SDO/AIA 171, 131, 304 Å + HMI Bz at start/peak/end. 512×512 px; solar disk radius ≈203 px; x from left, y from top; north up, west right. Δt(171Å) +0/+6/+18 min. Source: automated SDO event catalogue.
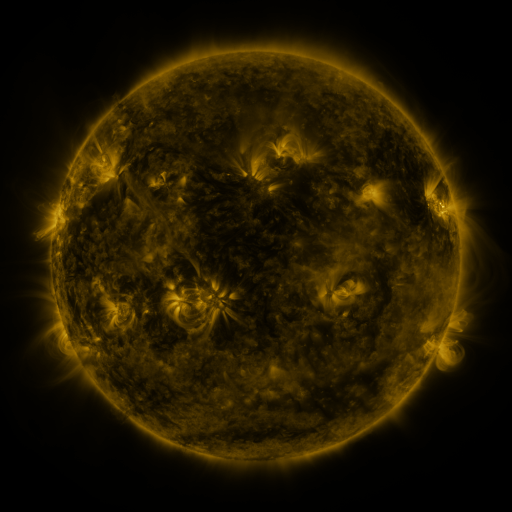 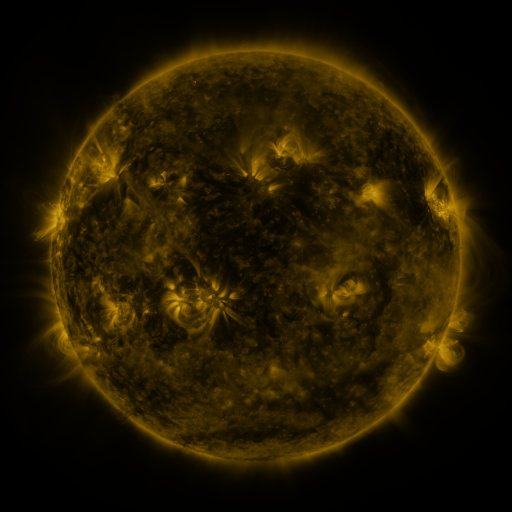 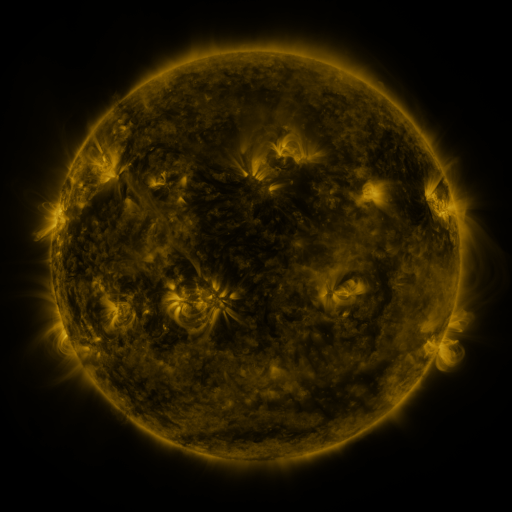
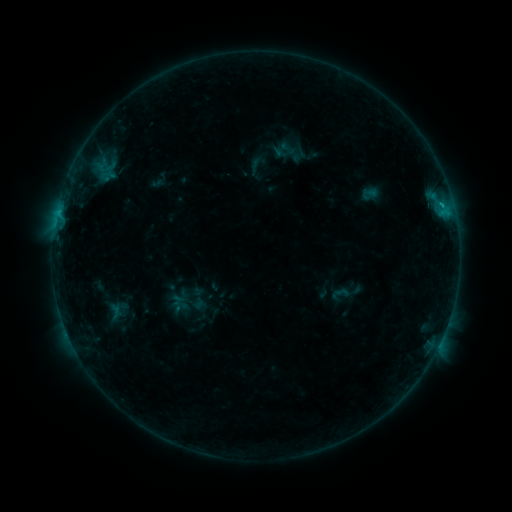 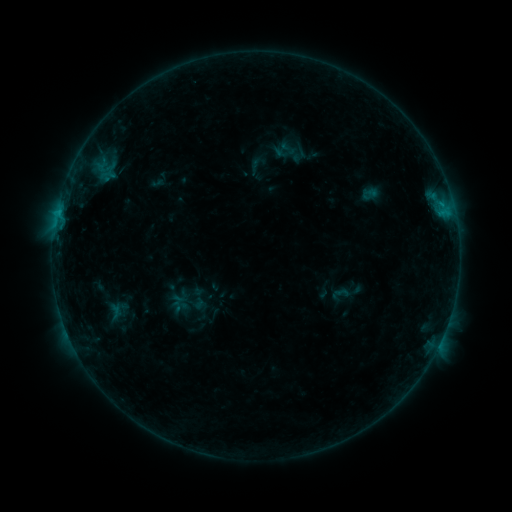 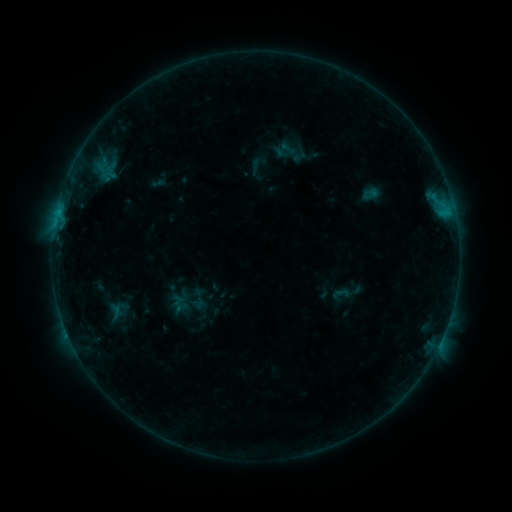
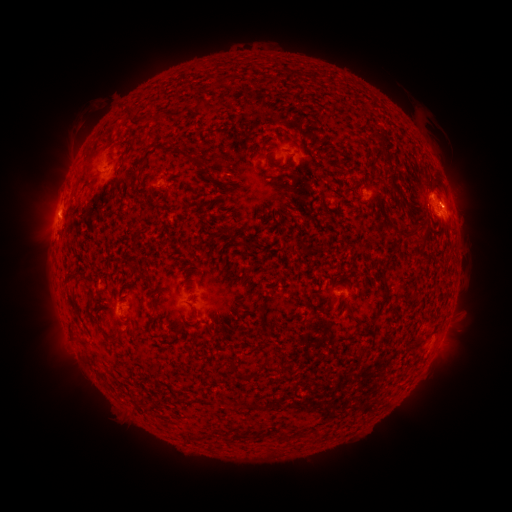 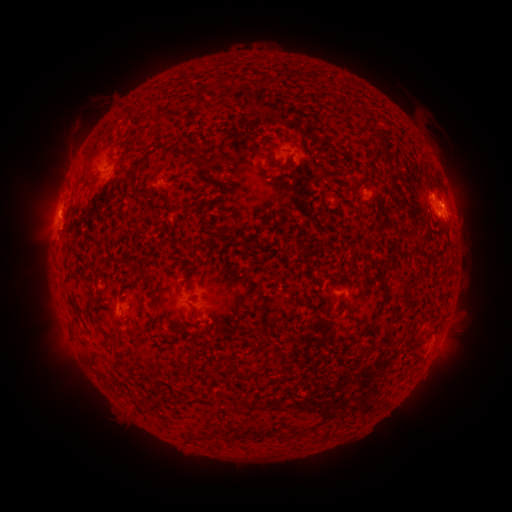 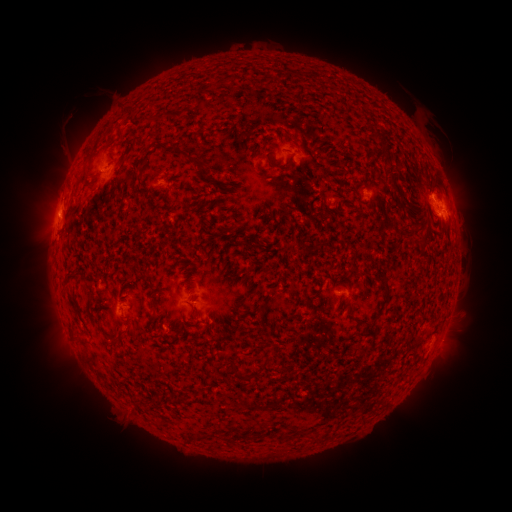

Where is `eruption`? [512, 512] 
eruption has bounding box [51, 98, 105, 154].